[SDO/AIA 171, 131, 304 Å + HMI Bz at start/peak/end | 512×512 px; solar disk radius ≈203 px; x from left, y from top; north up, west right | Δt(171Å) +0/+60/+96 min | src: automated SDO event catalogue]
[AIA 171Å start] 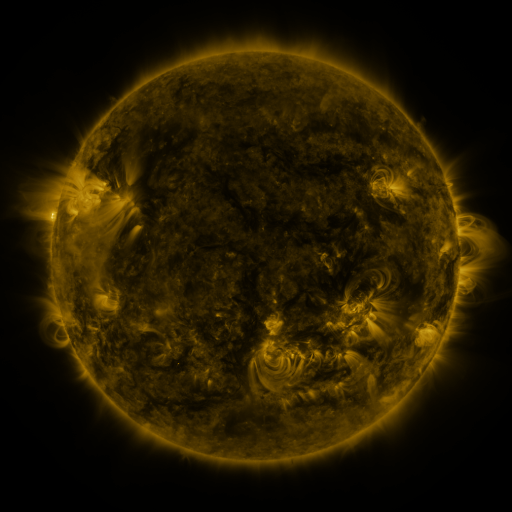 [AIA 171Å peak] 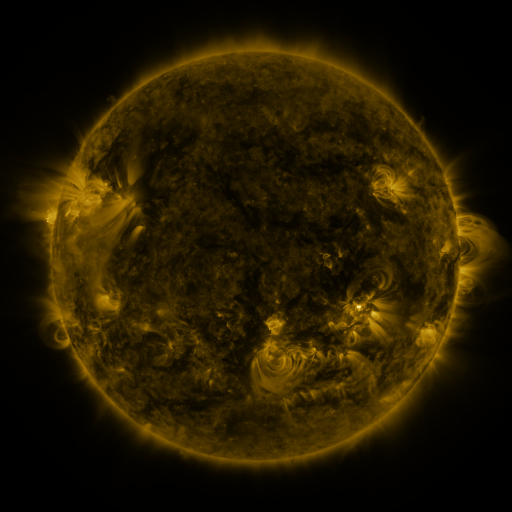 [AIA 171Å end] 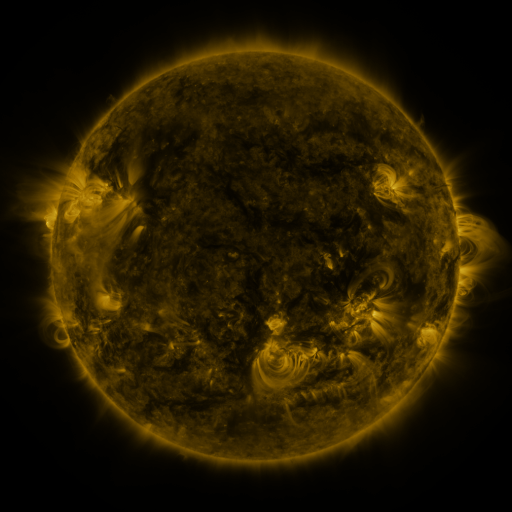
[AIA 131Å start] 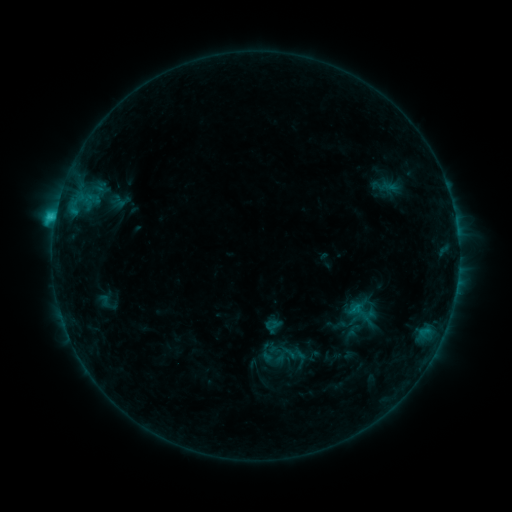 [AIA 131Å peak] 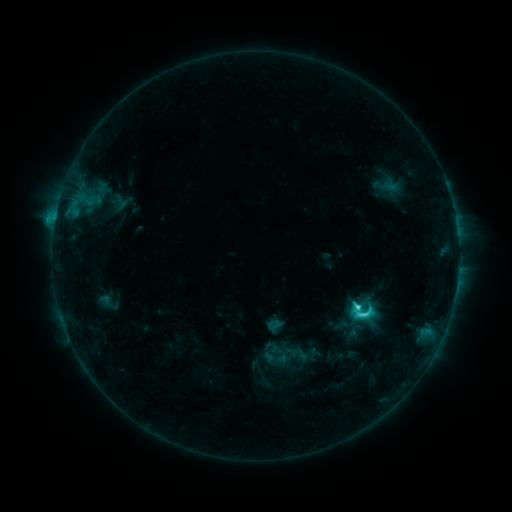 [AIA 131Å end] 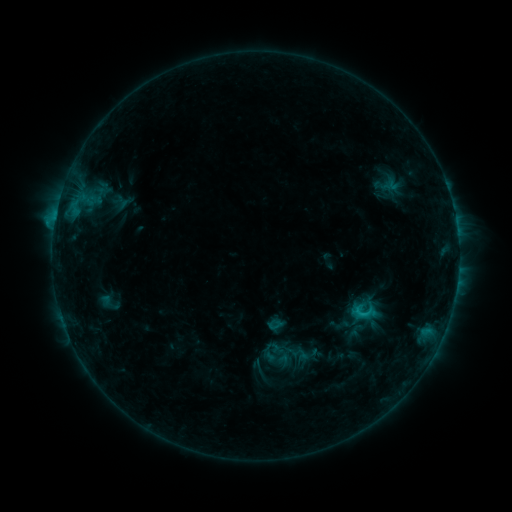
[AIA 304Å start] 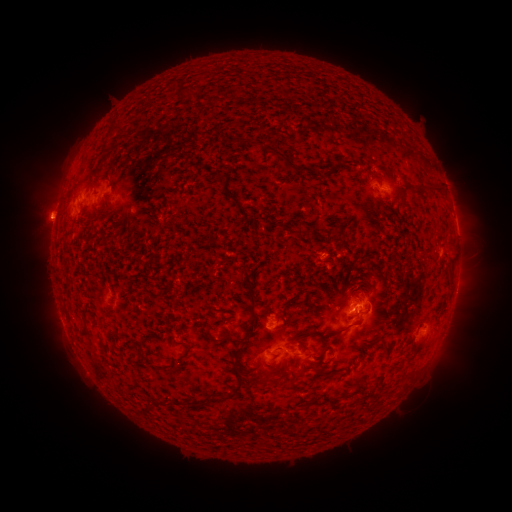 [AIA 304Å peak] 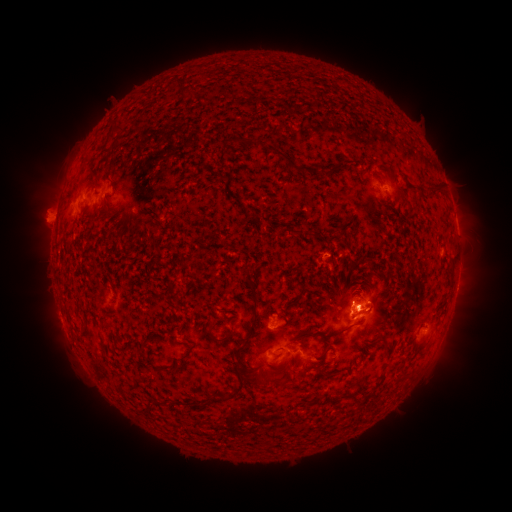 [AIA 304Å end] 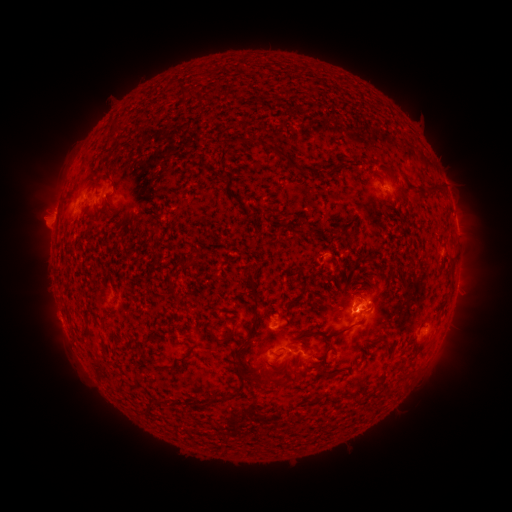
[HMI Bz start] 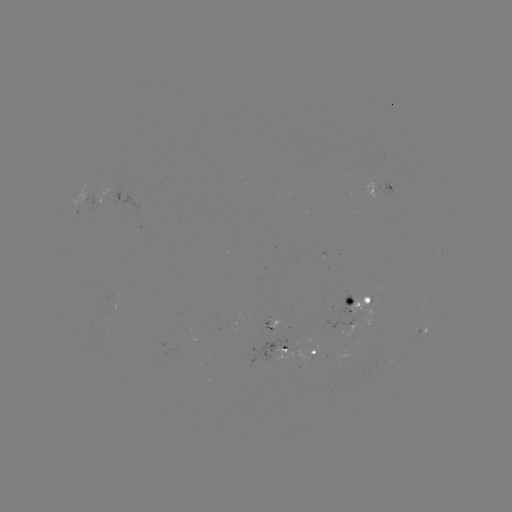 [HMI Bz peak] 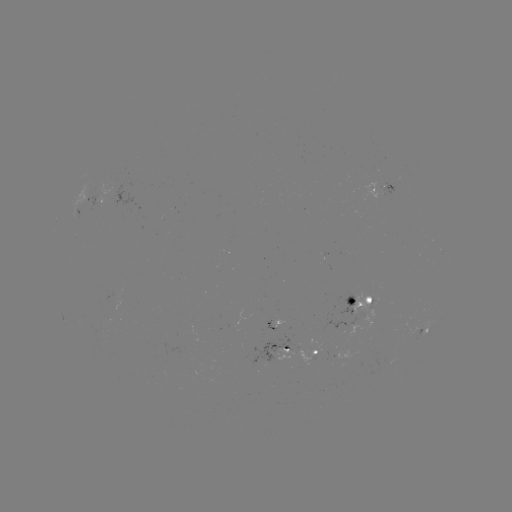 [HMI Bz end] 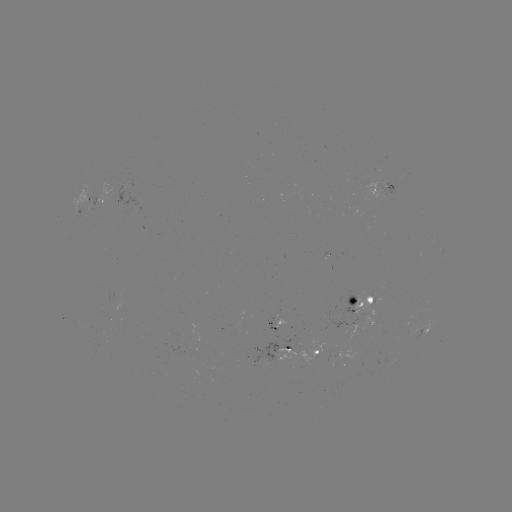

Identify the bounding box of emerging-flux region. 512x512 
[378, 186, 387, 196].